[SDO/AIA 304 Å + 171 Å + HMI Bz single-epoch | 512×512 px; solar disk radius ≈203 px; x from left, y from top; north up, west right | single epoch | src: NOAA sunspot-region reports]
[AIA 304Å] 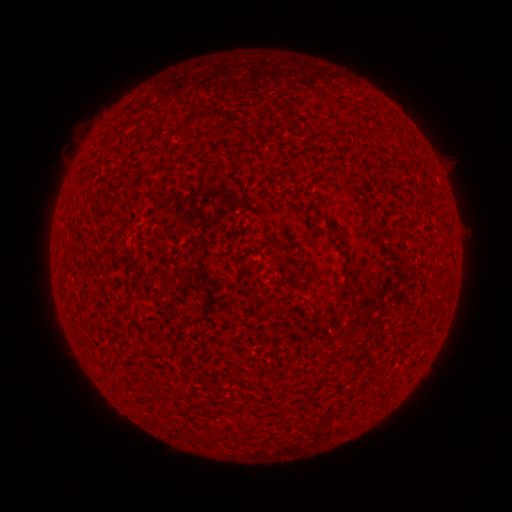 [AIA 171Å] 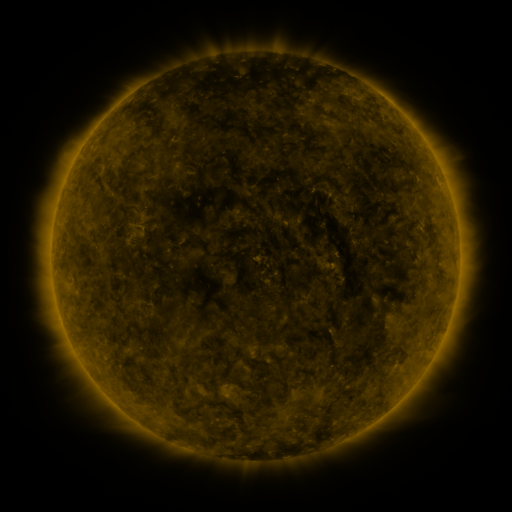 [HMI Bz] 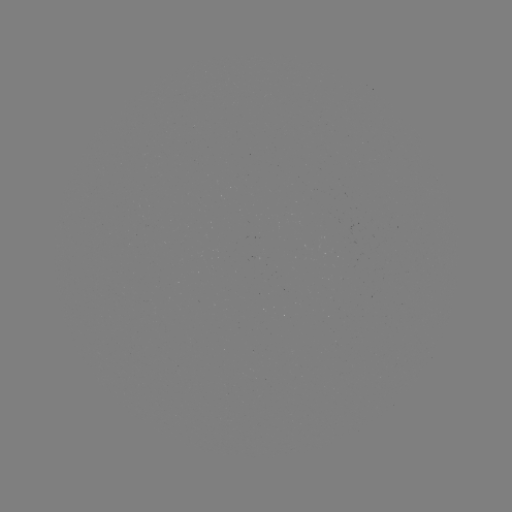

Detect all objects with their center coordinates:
(none)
